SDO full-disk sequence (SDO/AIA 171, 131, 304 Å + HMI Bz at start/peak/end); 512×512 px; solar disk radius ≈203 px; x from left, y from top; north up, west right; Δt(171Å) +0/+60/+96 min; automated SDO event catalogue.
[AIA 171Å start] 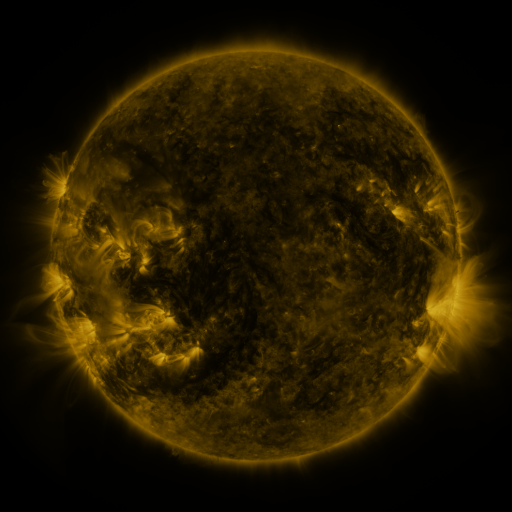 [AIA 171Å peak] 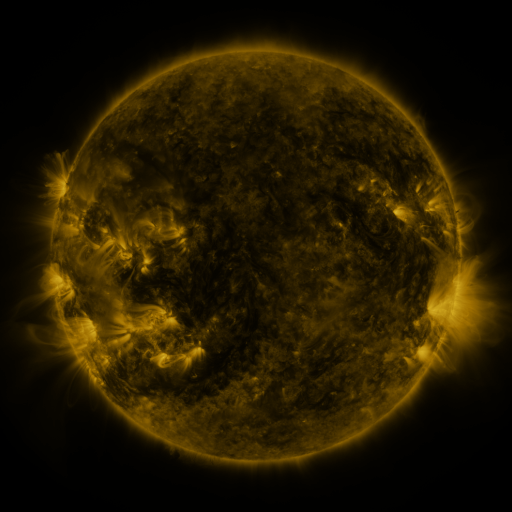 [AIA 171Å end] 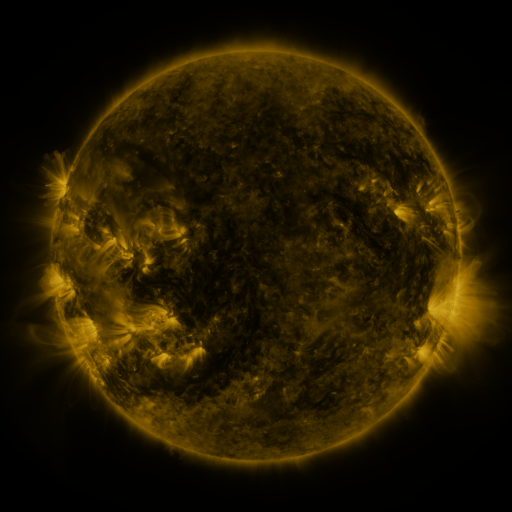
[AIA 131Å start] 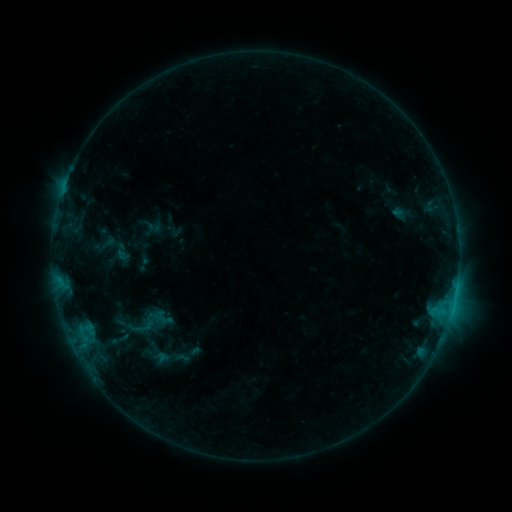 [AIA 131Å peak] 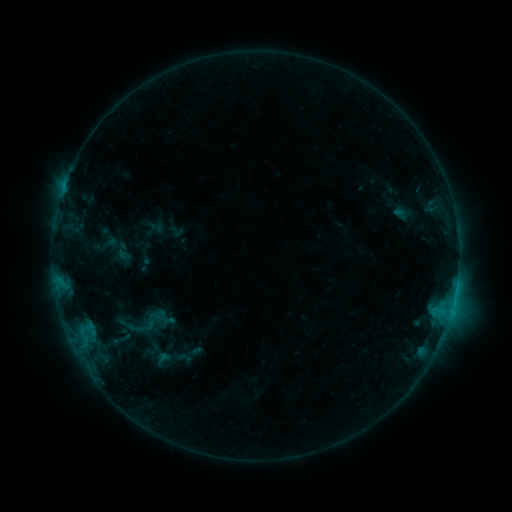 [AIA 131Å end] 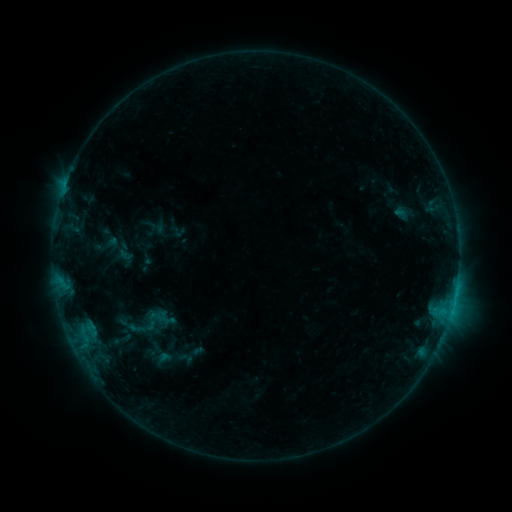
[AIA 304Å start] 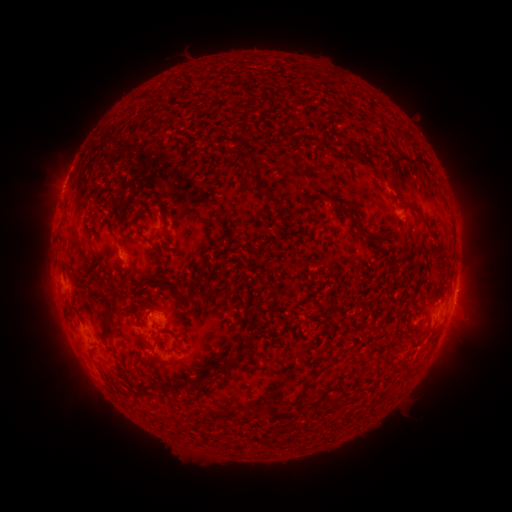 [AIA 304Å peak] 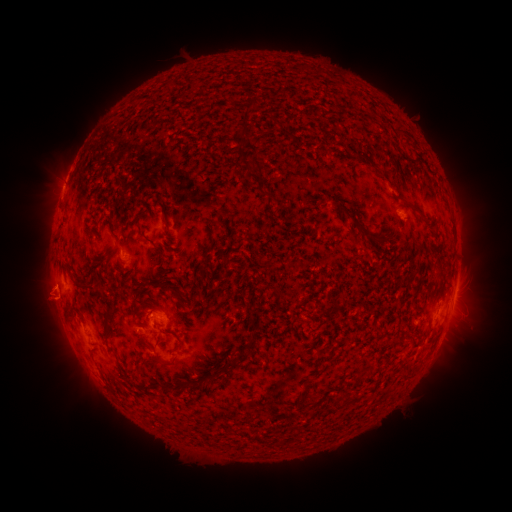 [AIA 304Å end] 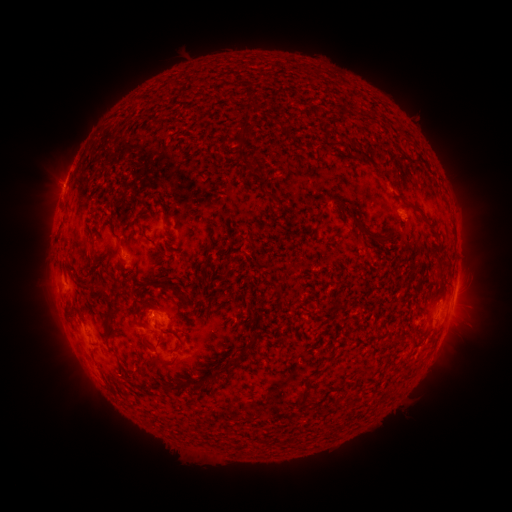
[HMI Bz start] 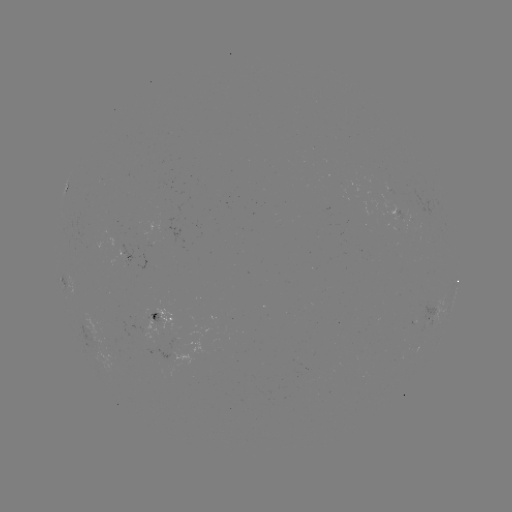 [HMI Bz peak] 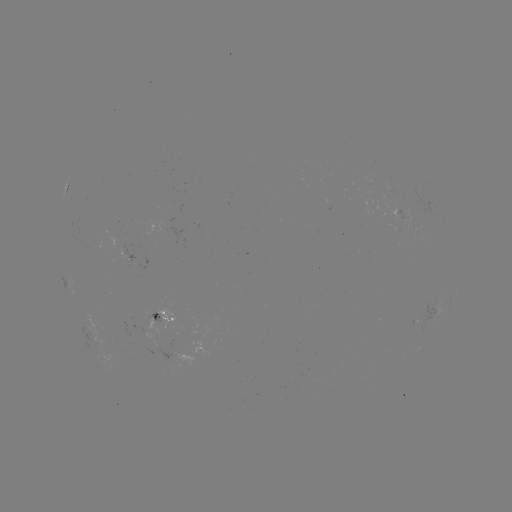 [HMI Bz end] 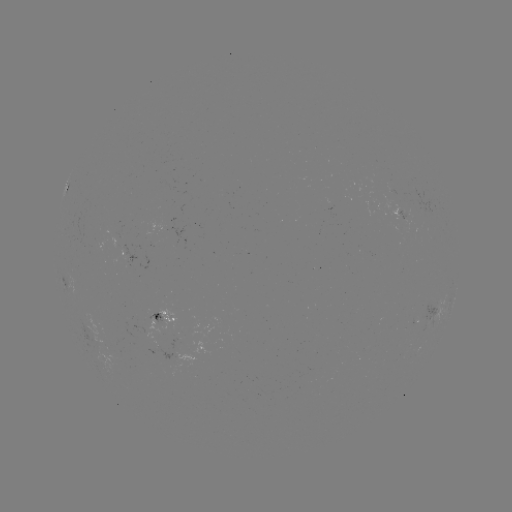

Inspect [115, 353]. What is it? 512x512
emerging-flux region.